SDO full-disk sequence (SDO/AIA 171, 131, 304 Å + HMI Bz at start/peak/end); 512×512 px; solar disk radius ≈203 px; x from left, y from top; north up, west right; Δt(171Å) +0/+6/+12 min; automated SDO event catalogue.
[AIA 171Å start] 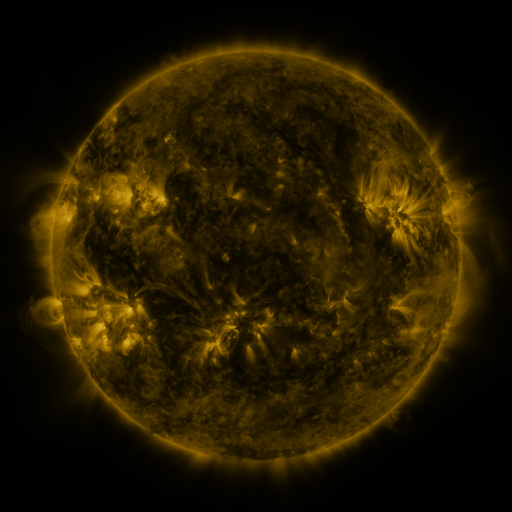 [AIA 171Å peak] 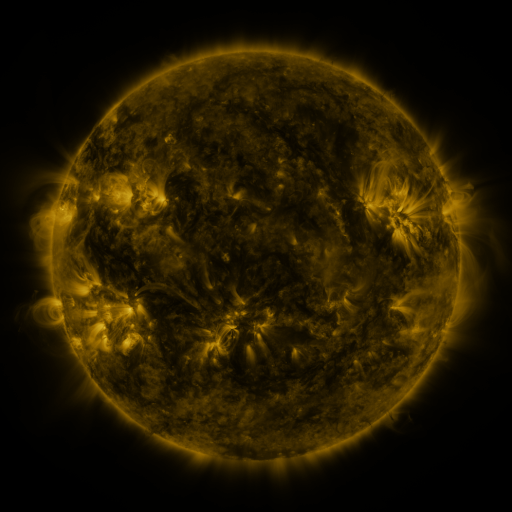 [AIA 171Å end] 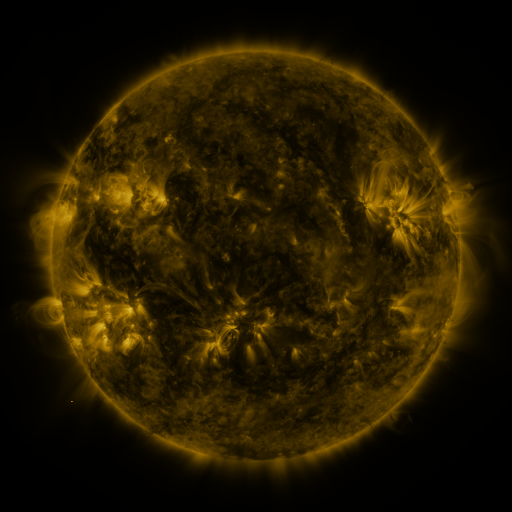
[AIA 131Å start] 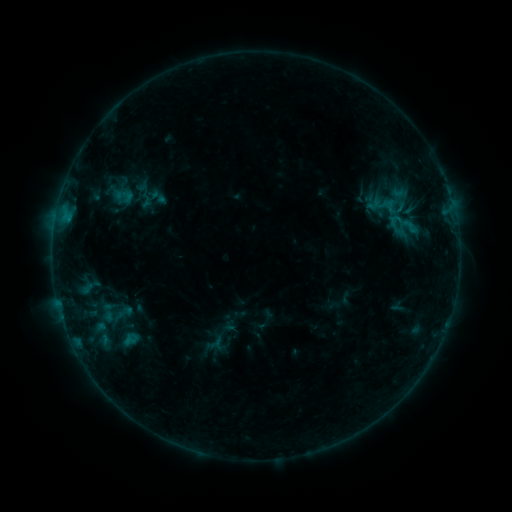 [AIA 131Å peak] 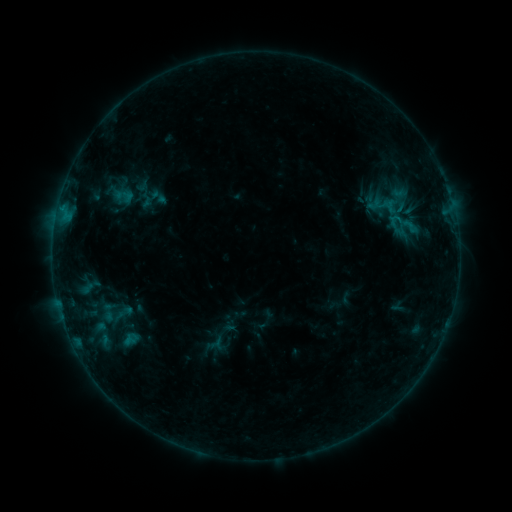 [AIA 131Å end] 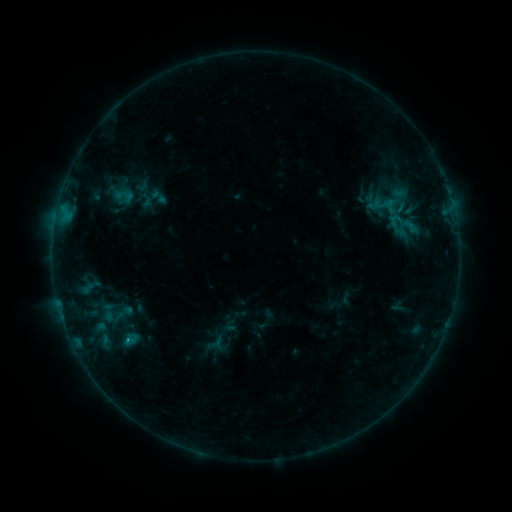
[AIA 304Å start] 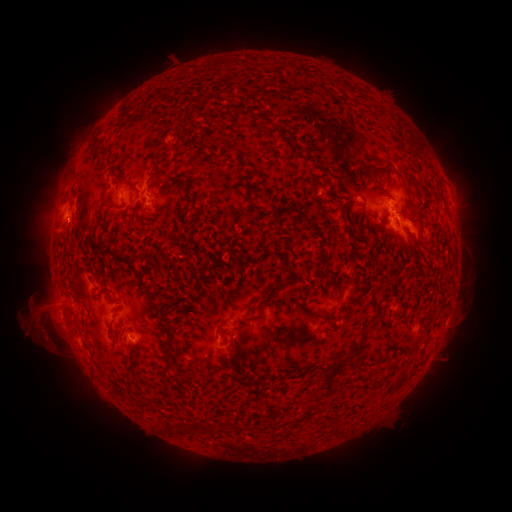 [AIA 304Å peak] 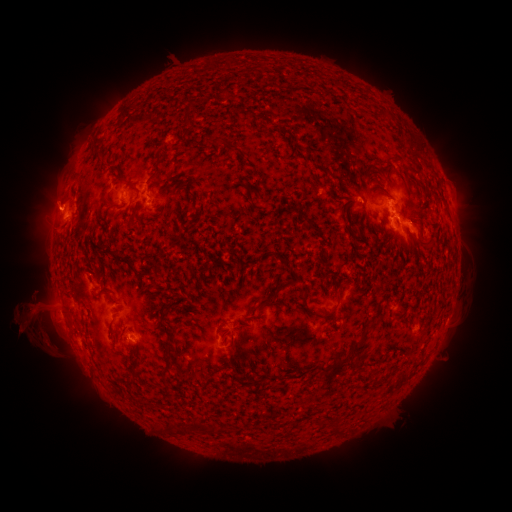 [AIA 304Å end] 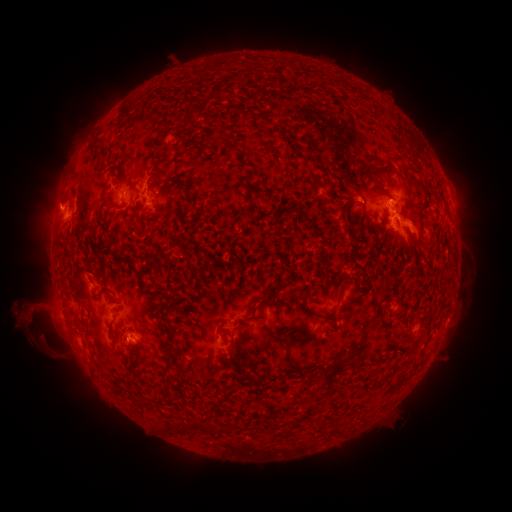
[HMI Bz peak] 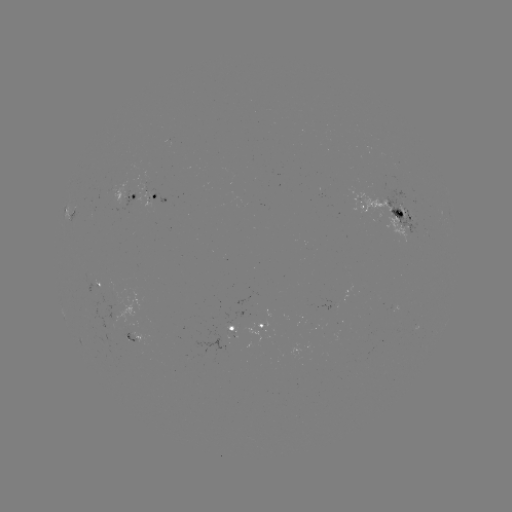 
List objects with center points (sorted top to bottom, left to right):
eruption: (51, 197)
